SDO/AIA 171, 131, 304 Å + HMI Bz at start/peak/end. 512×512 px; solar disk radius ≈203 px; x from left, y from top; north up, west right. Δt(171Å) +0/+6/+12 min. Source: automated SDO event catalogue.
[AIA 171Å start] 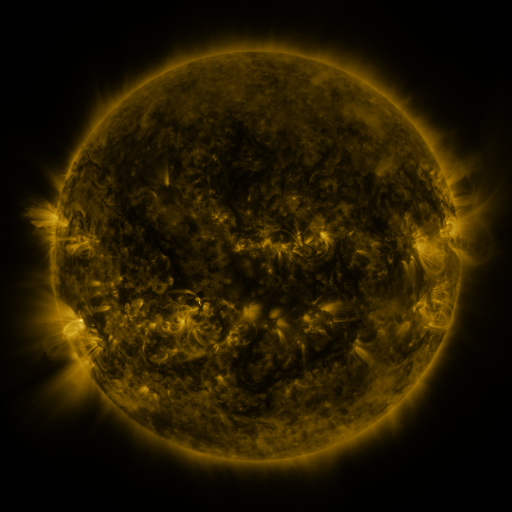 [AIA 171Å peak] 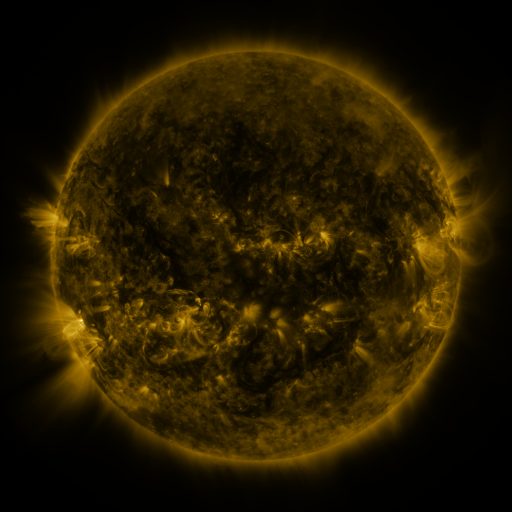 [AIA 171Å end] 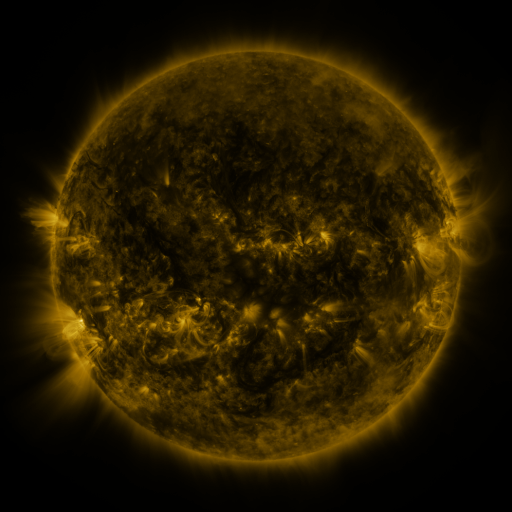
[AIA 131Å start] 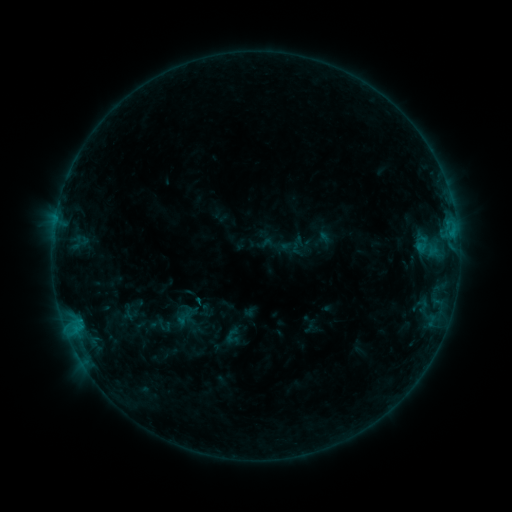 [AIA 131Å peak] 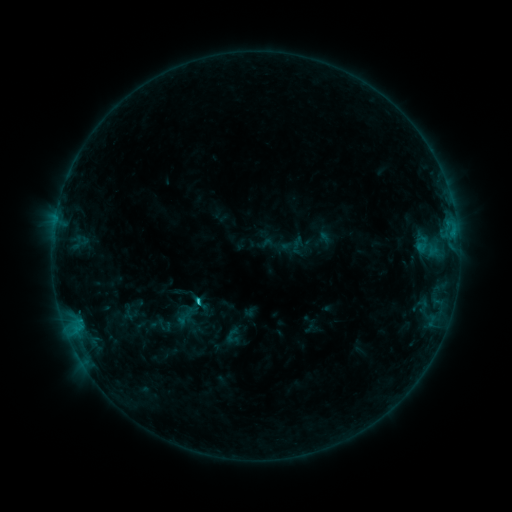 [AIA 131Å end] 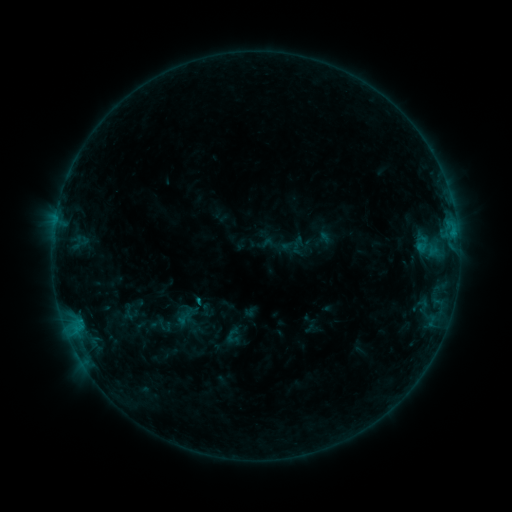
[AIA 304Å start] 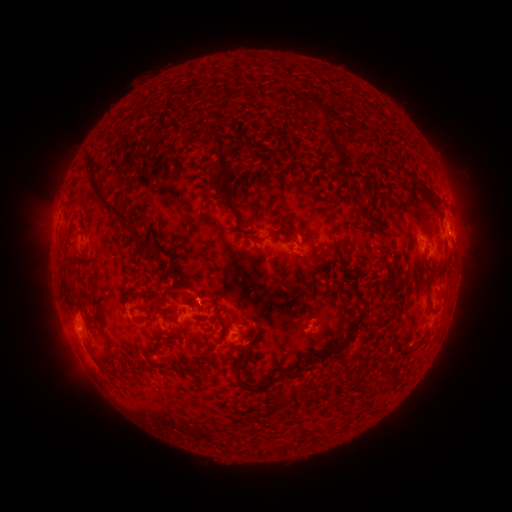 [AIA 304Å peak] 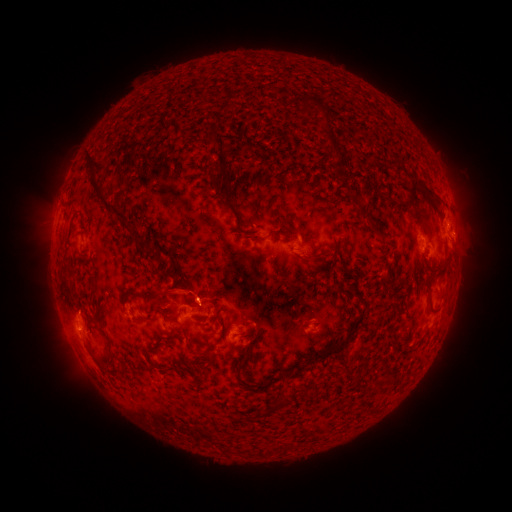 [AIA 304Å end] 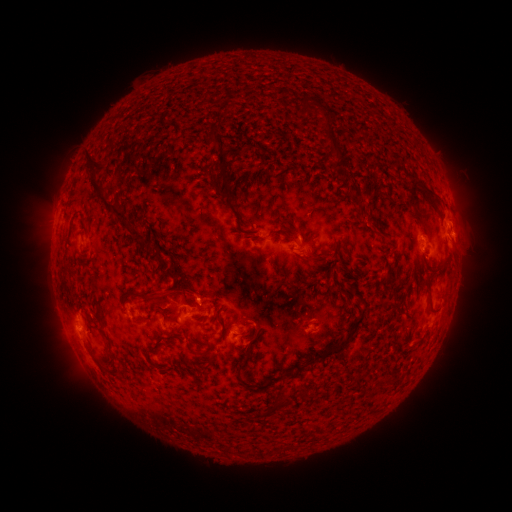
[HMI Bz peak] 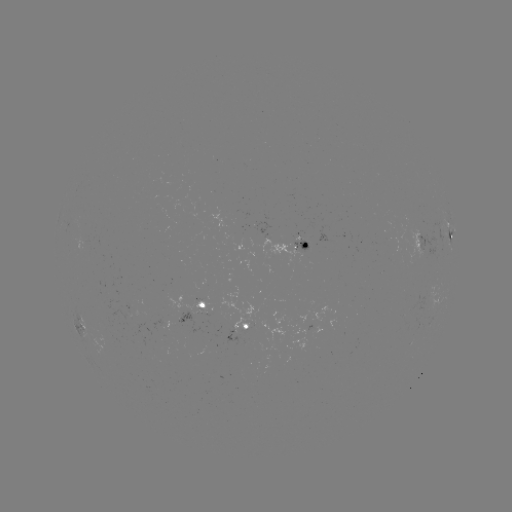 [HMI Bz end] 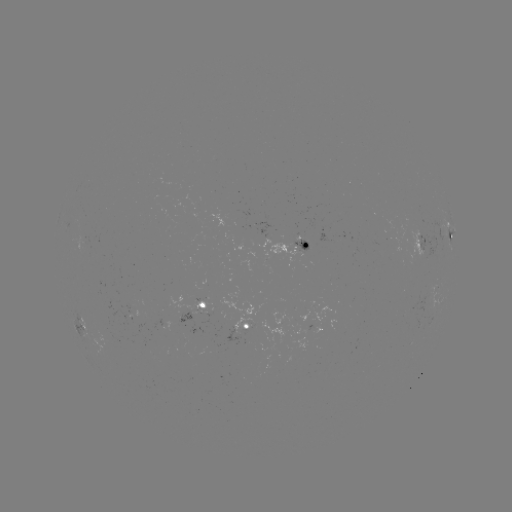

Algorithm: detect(C1.1 flare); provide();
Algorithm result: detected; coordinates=199,297